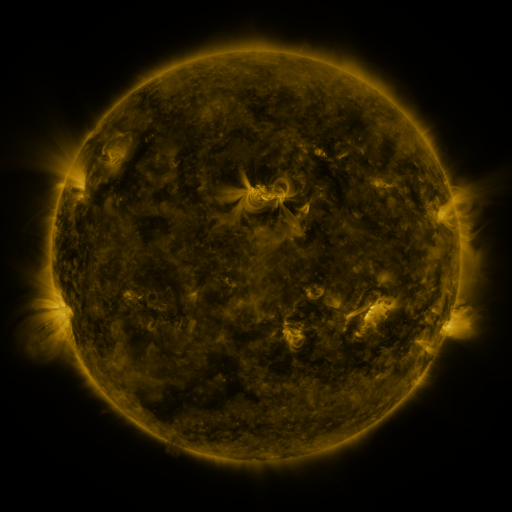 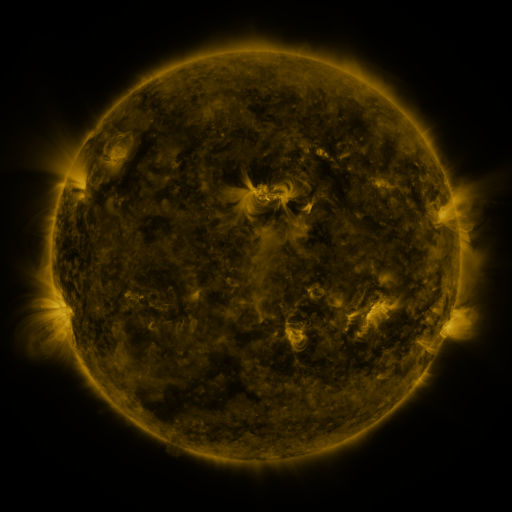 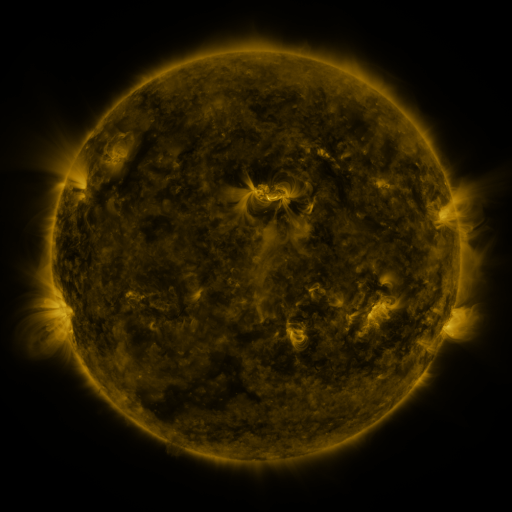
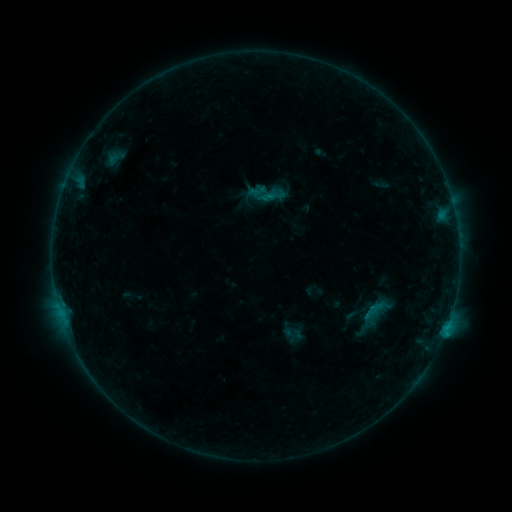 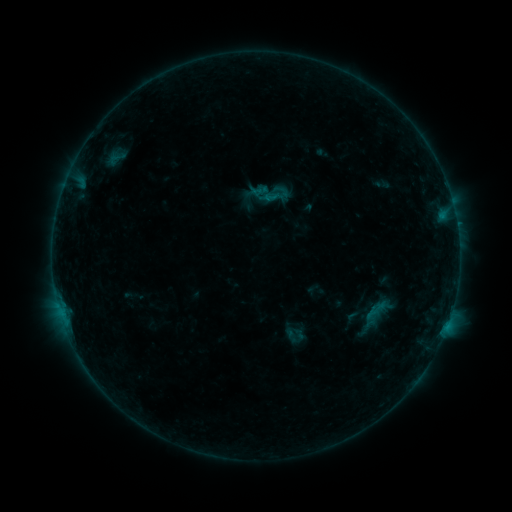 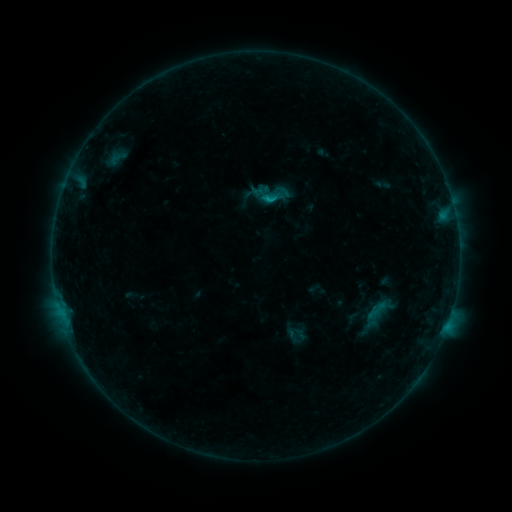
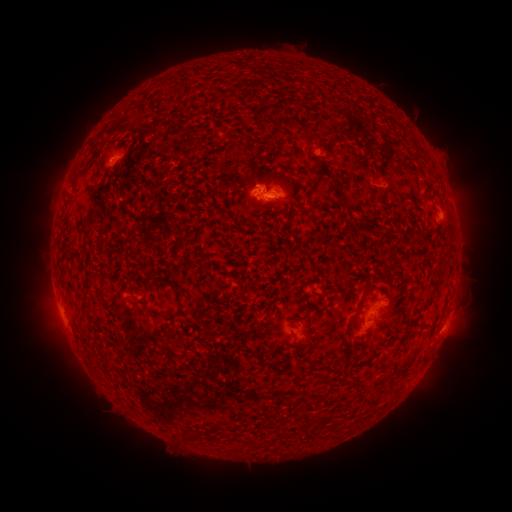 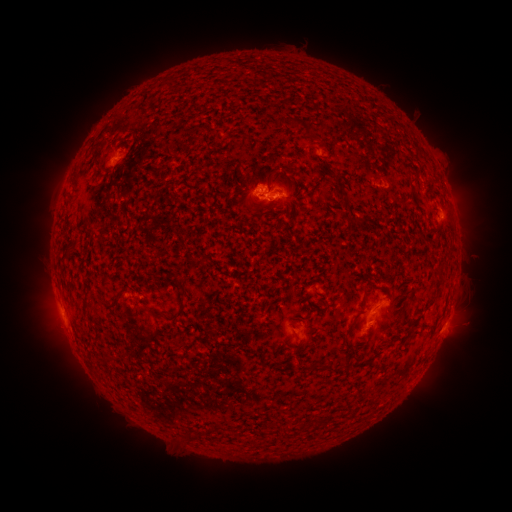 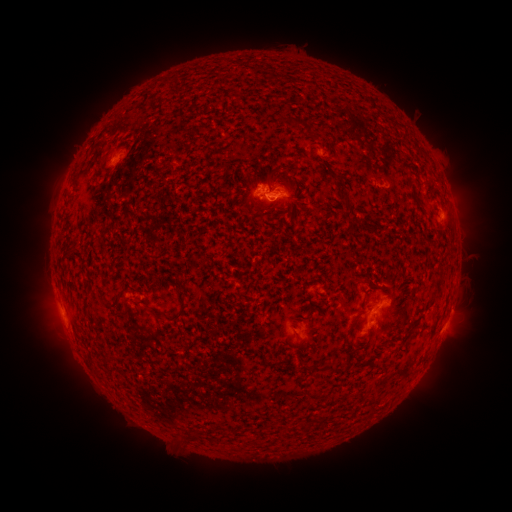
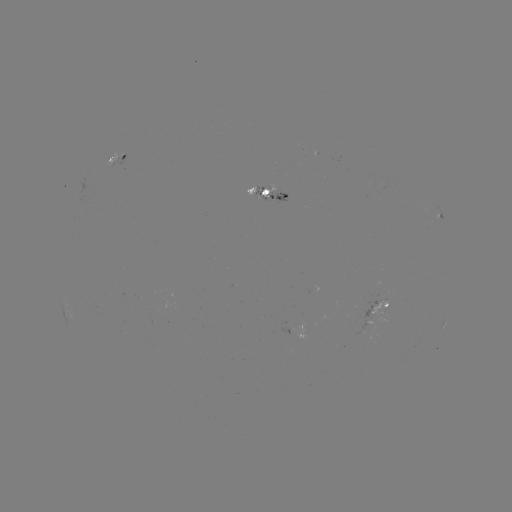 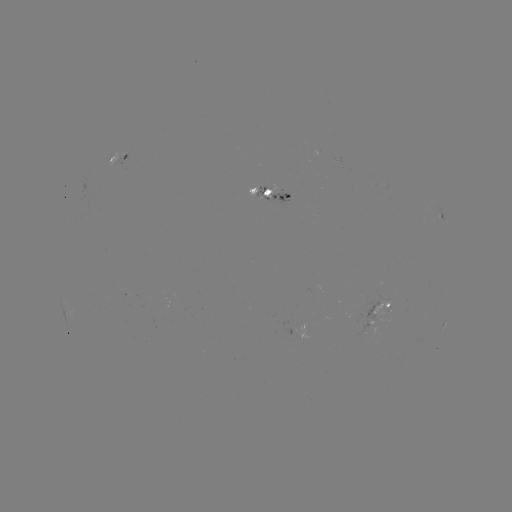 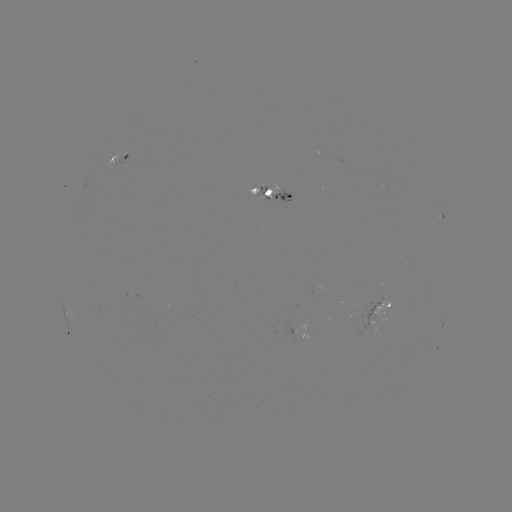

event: emerging-flux region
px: (366, 319)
